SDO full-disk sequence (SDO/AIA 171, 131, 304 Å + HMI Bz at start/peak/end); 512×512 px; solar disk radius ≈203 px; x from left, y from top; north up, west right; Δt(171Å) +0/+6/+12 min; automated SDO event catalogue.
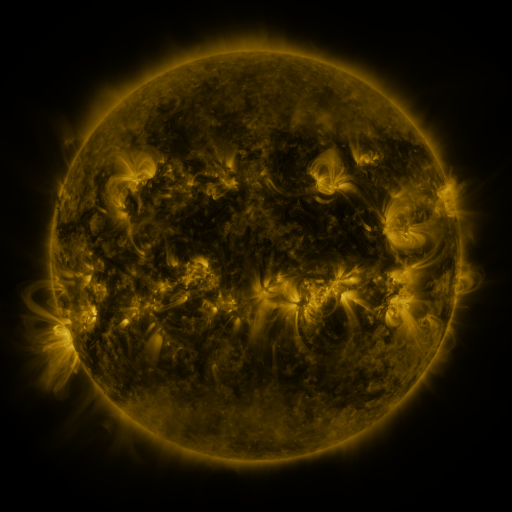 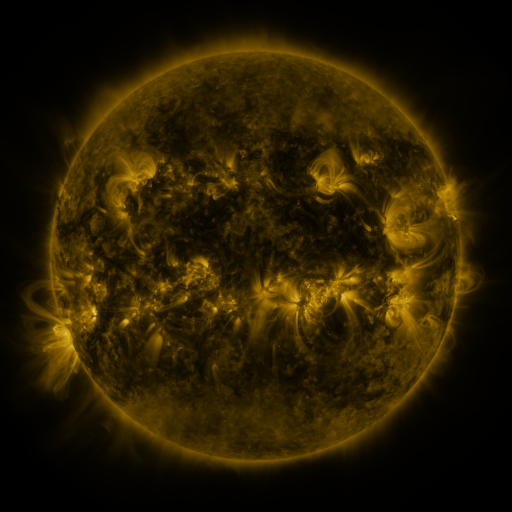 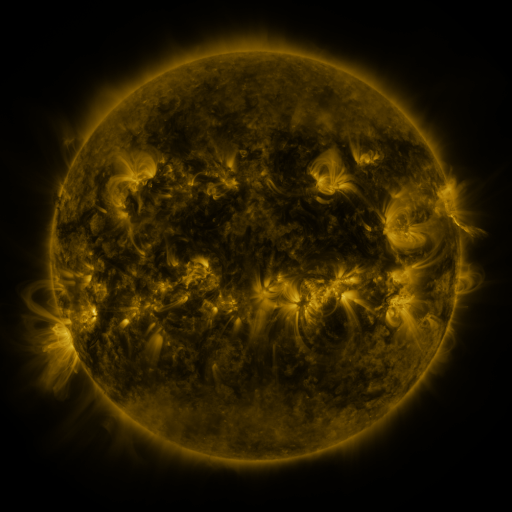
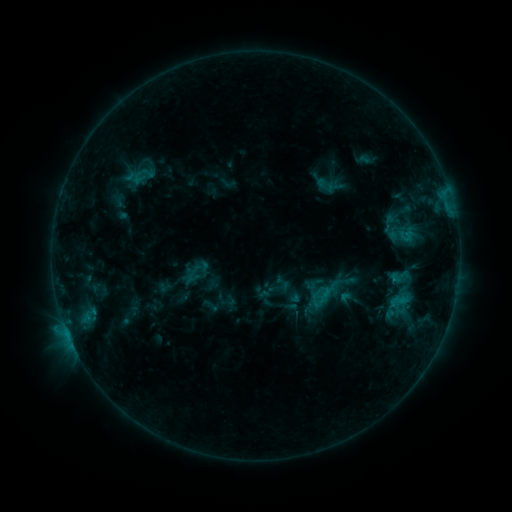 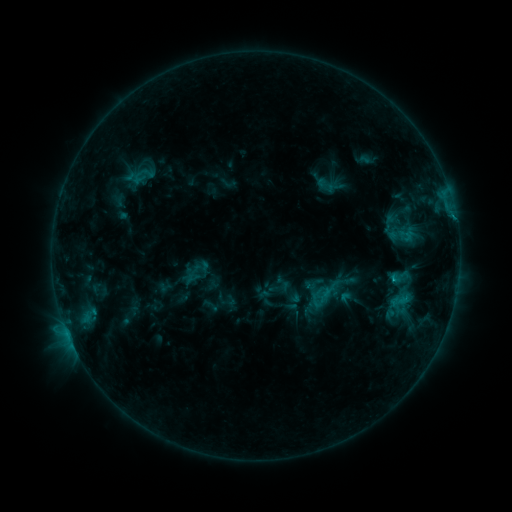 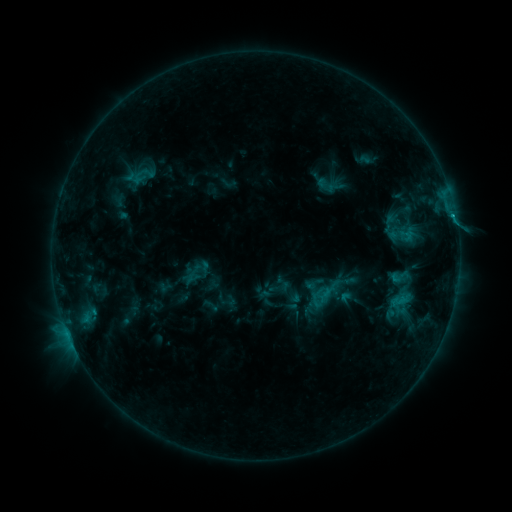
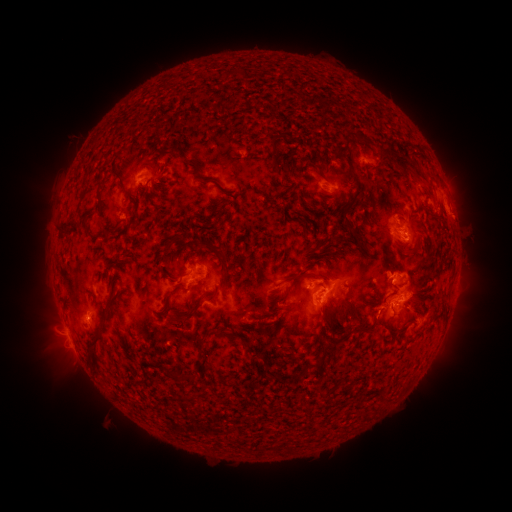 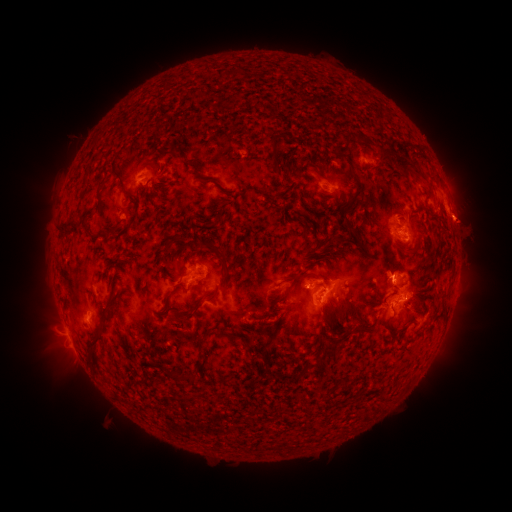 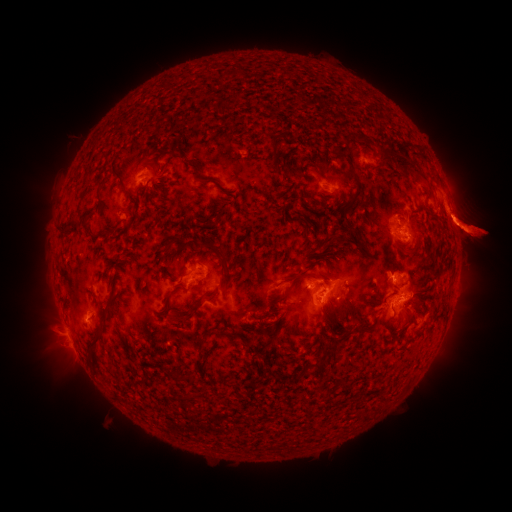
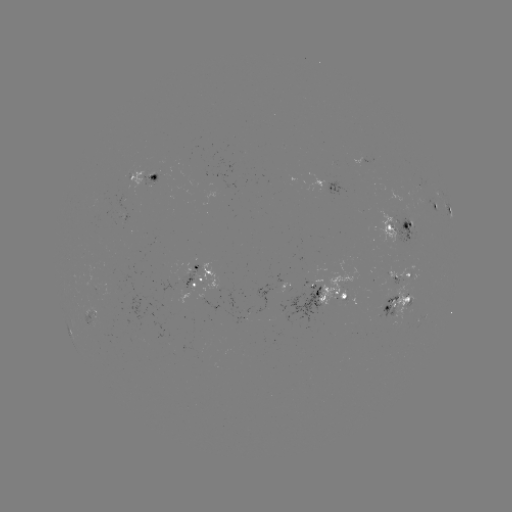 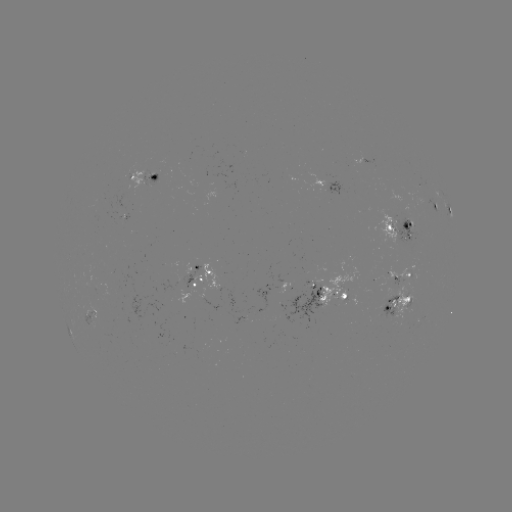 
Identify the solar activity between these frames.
eruption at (466, 226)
